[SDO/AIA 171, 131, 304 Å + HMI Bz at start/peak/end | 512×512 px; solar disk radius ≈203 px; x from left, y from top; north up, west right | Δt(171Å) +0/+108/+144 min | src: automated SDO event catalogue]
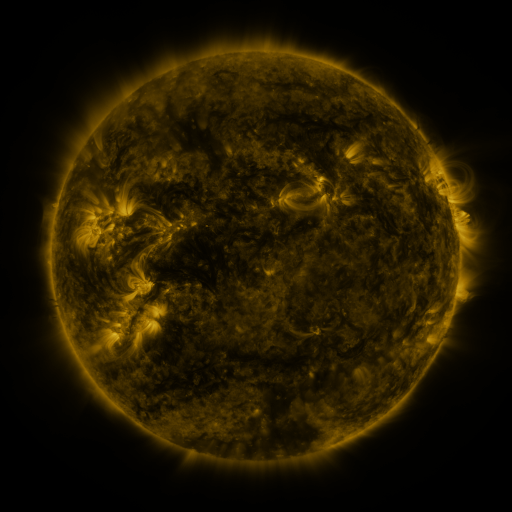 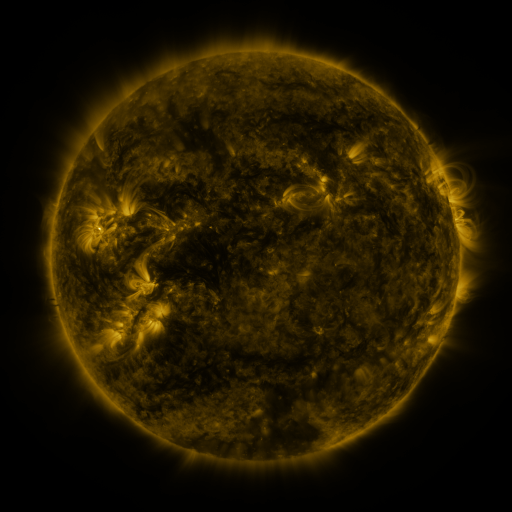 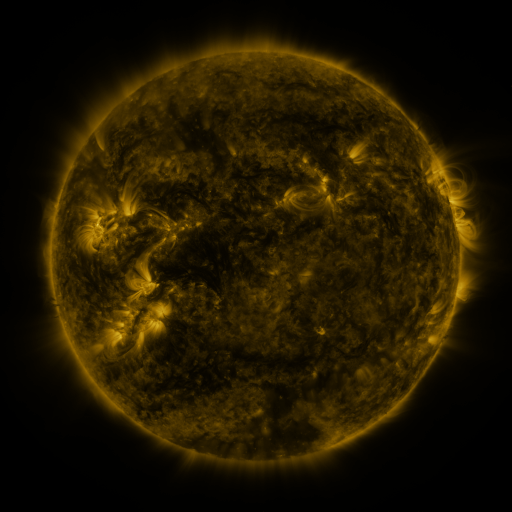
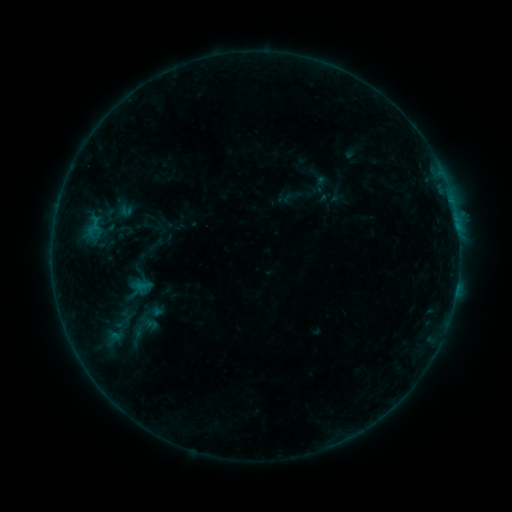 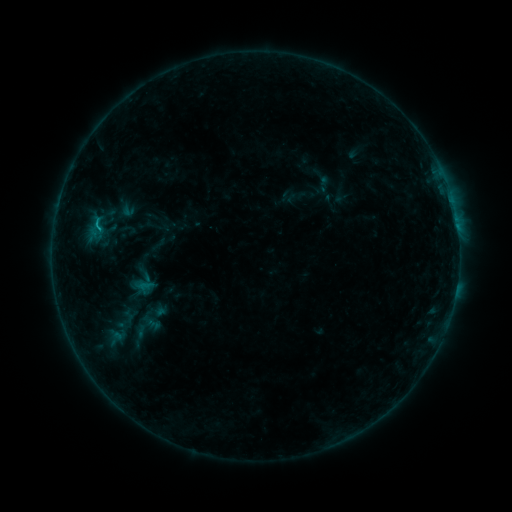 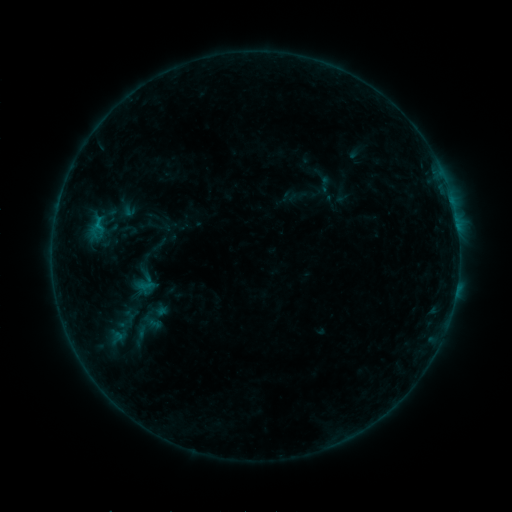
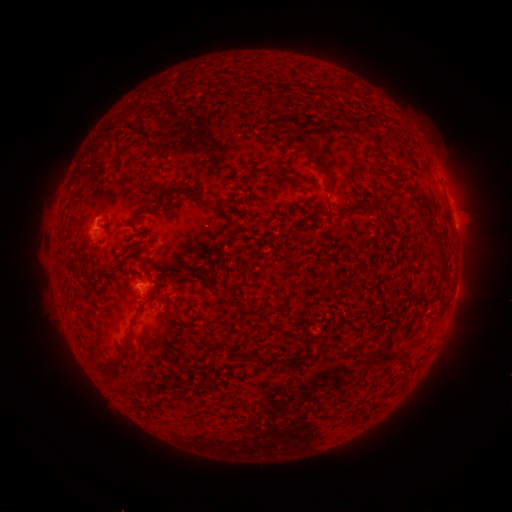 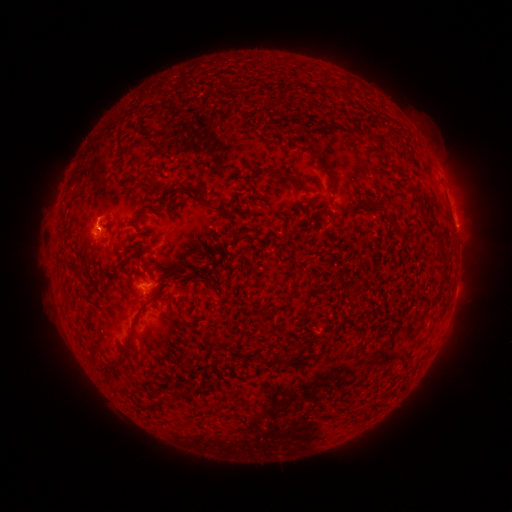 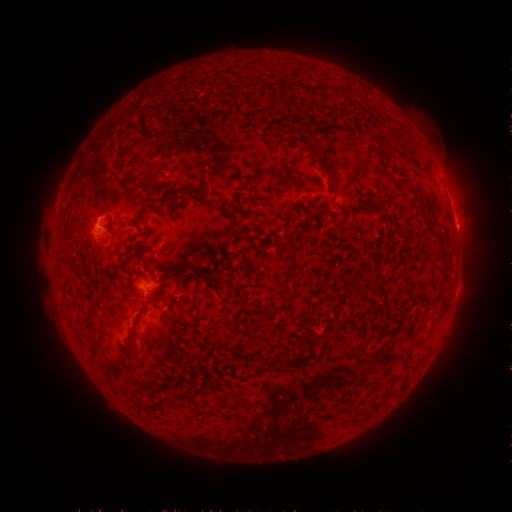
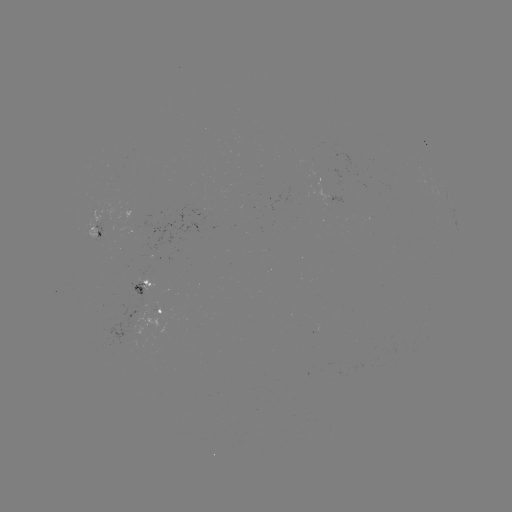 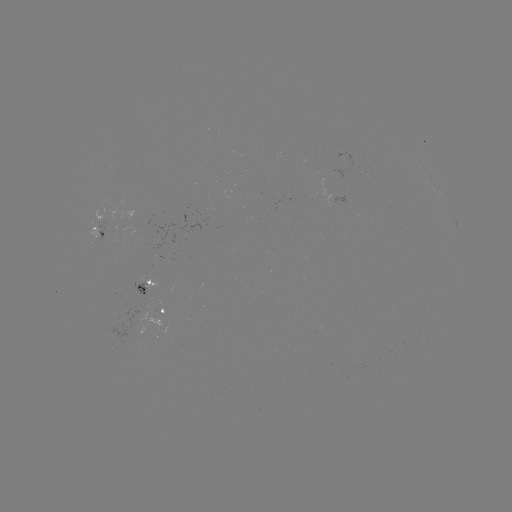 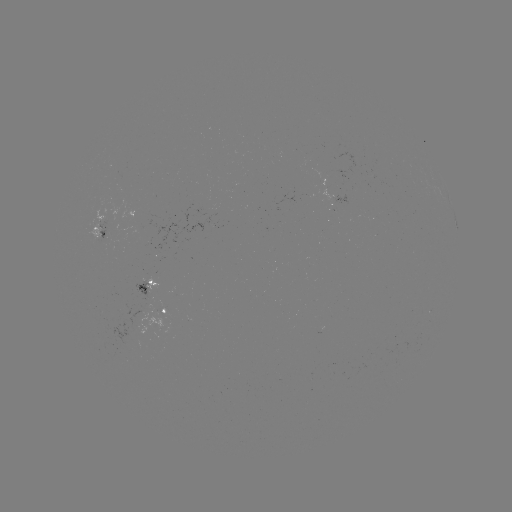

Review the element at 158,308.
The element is emerging-flux region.